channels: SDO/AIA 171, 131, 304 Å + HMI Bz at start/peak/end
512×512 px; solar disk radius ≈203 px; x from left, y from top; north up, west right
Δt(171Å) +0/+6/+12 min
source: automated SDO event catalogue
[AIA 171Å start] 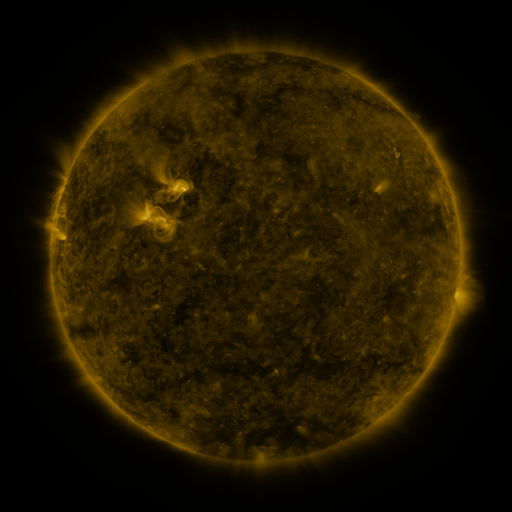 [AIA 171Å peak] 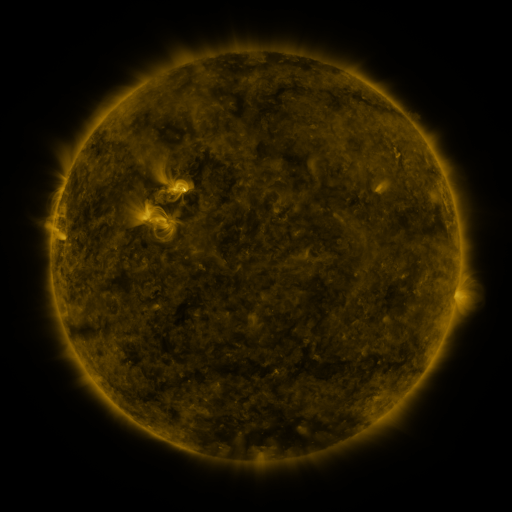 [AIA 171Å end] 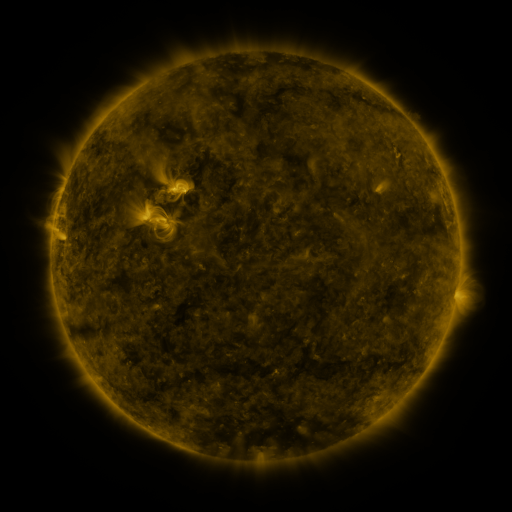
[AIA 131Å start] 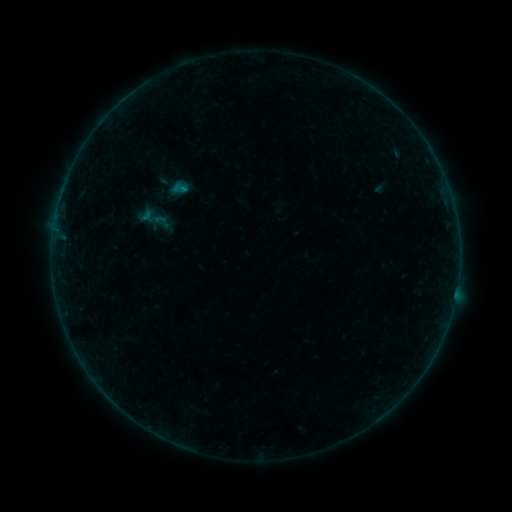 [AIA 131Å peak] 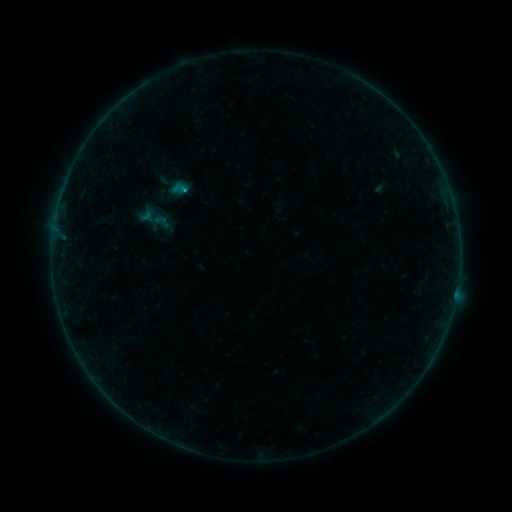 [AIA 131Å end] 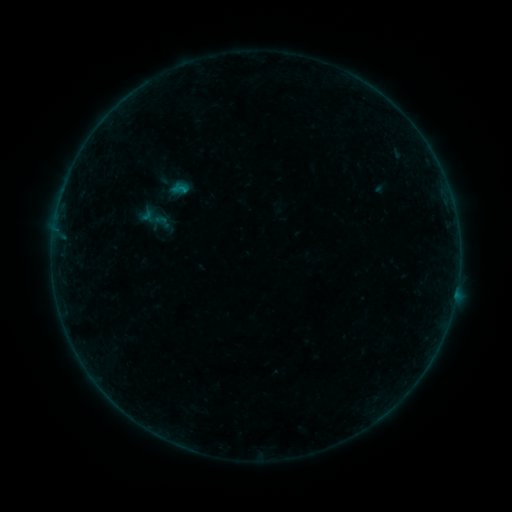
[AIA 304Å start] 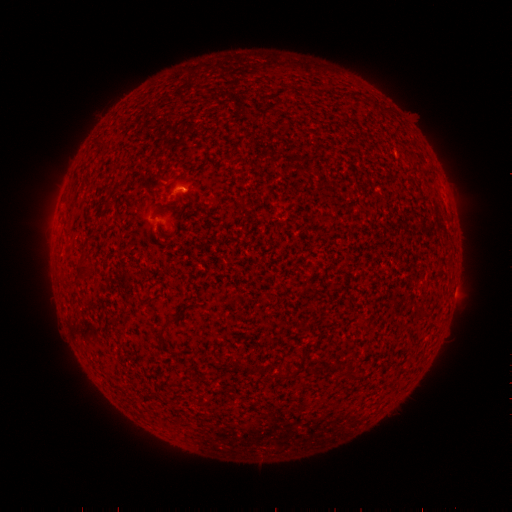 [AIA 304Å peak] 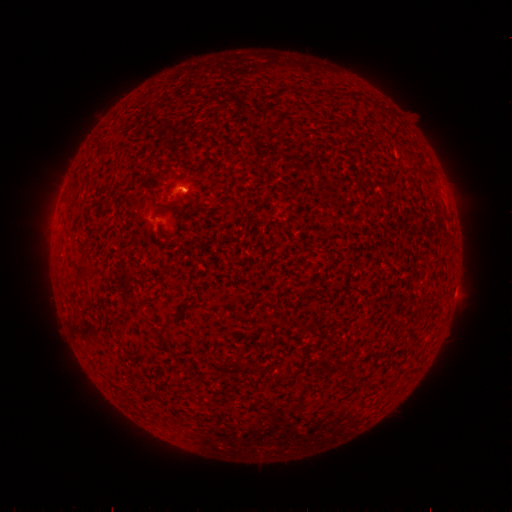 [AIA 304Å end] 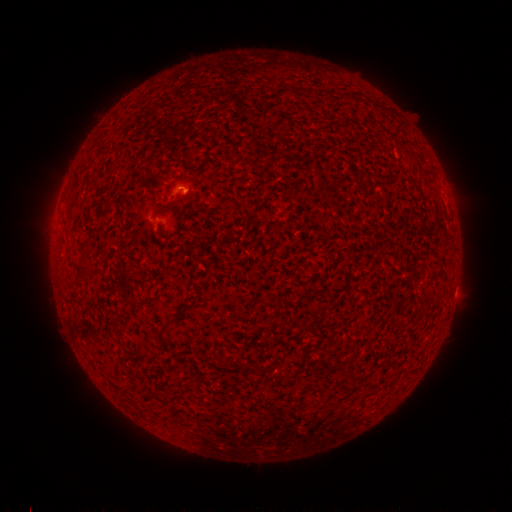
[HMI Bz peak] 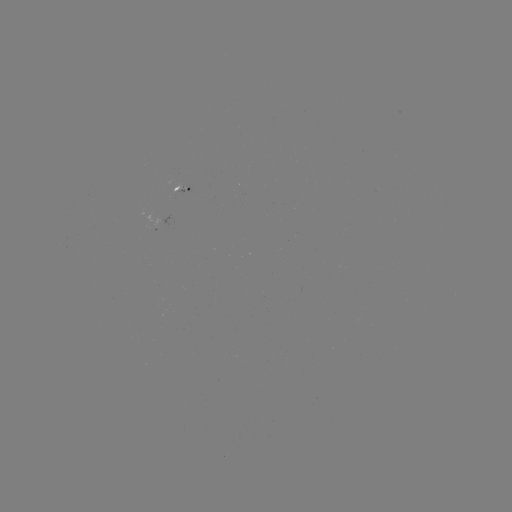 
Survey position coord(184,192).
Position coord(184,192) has B3.0 flare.